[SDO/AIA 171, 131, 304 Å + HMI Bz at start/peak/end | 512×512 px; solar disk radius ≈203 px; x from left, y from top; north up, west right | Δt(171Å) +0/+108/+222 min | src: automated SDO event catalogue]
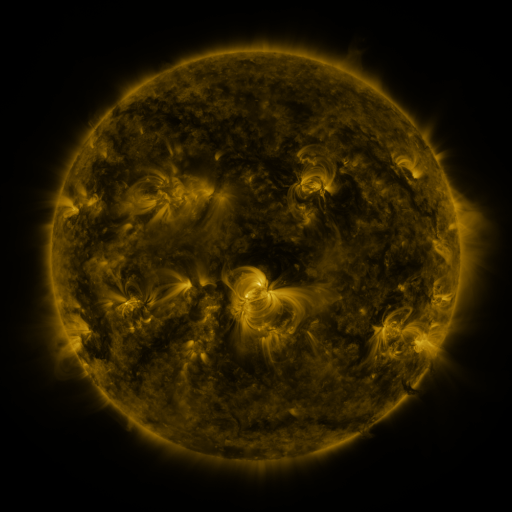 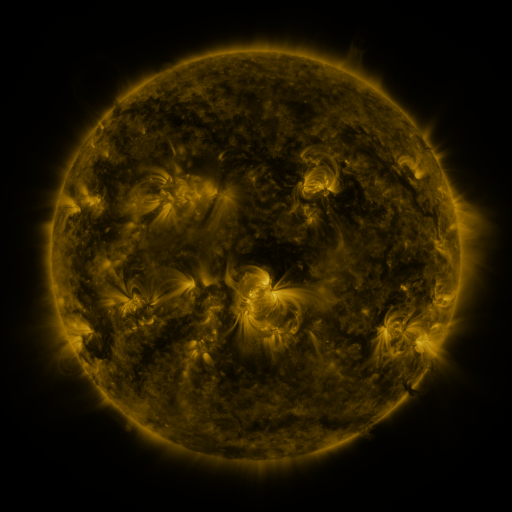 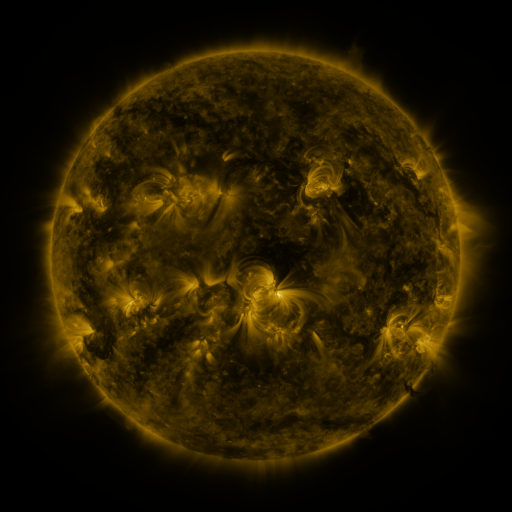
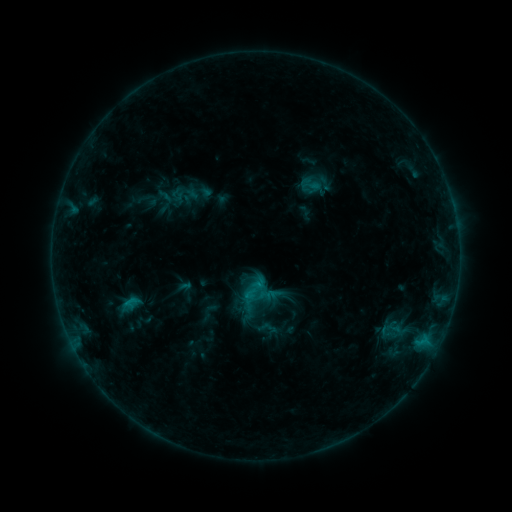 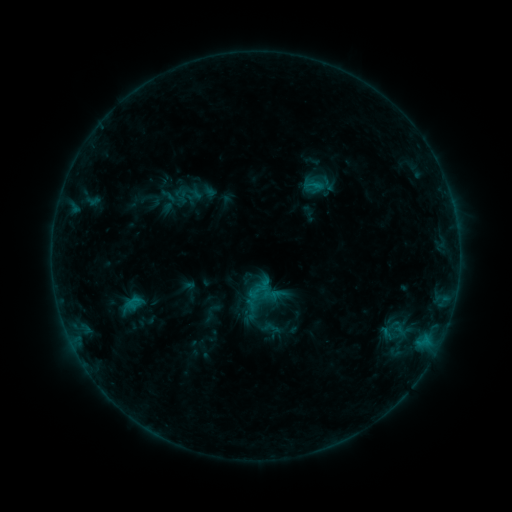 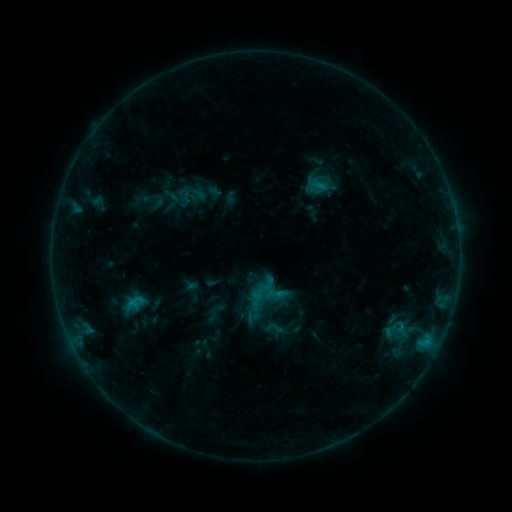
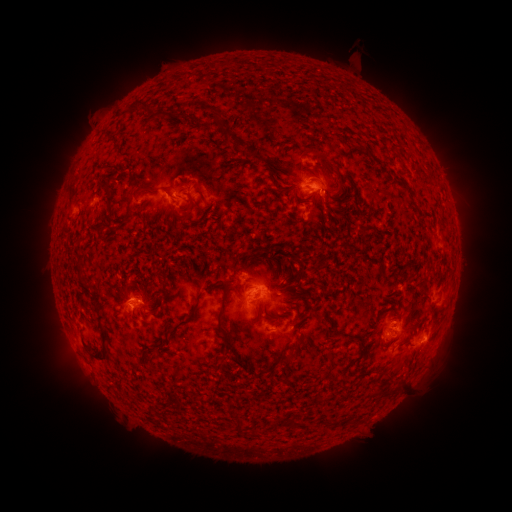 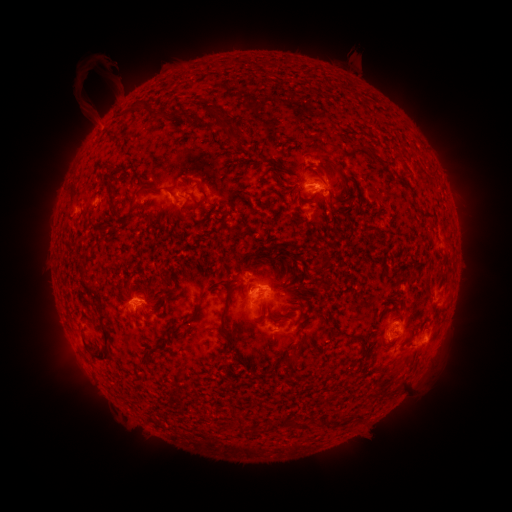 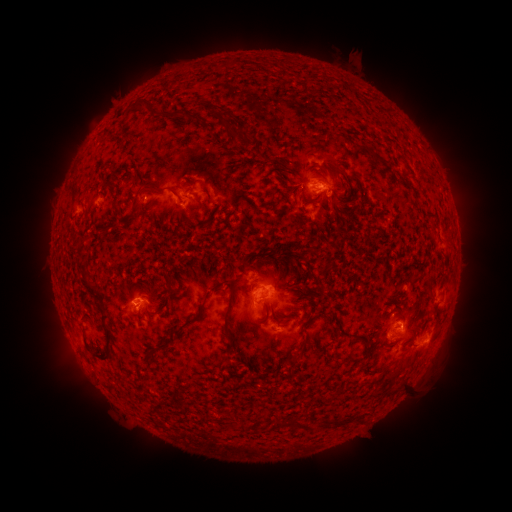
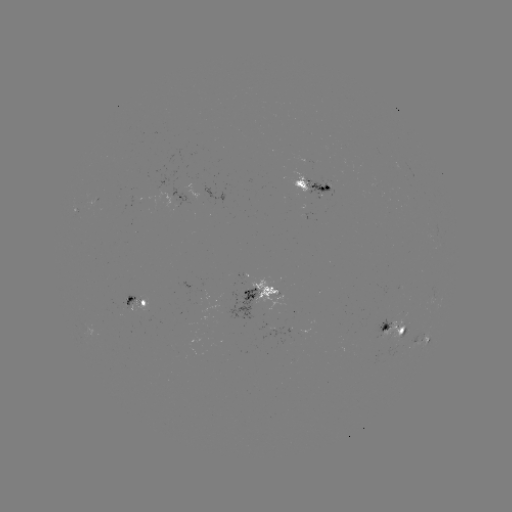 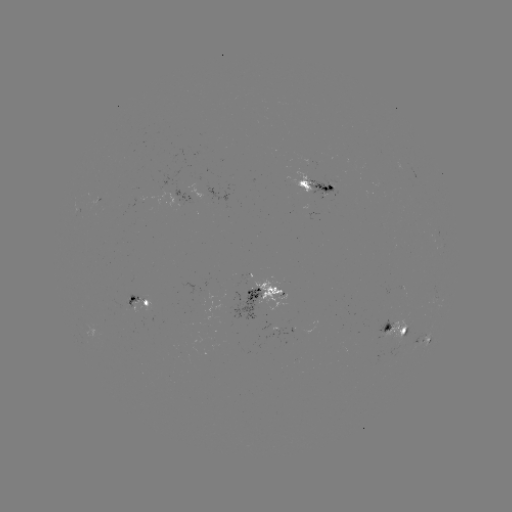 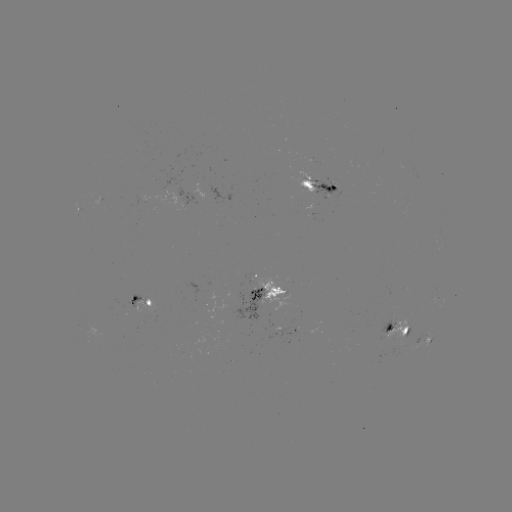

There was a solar filament eruption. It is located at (105, 70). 